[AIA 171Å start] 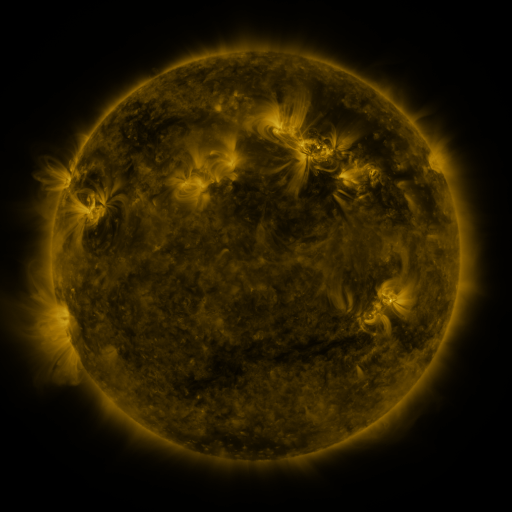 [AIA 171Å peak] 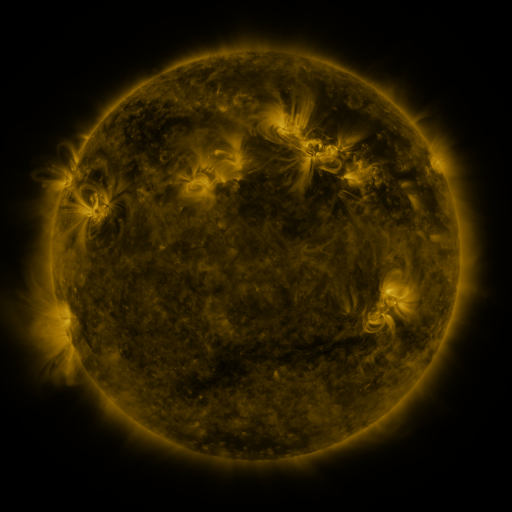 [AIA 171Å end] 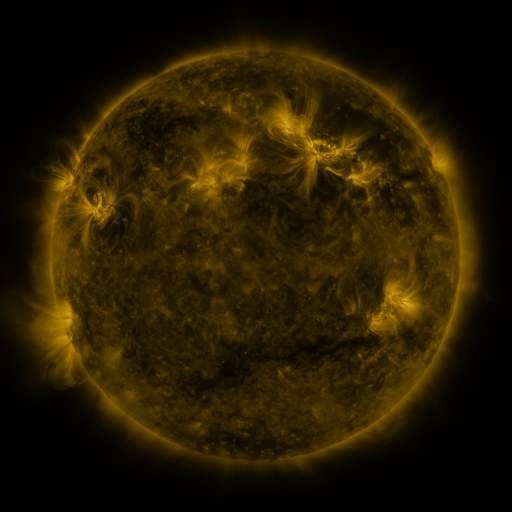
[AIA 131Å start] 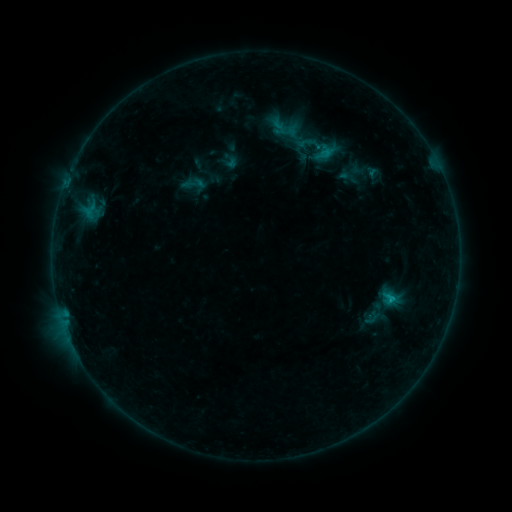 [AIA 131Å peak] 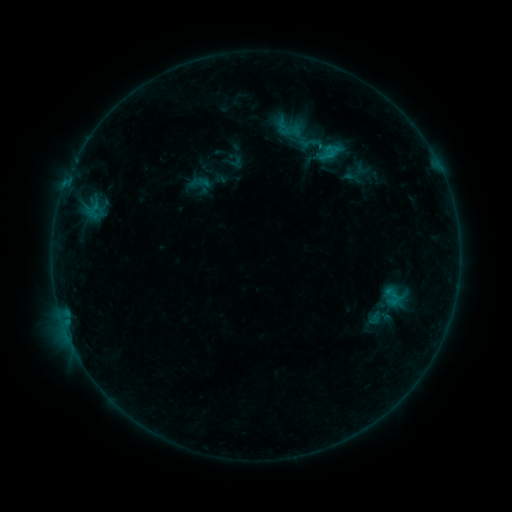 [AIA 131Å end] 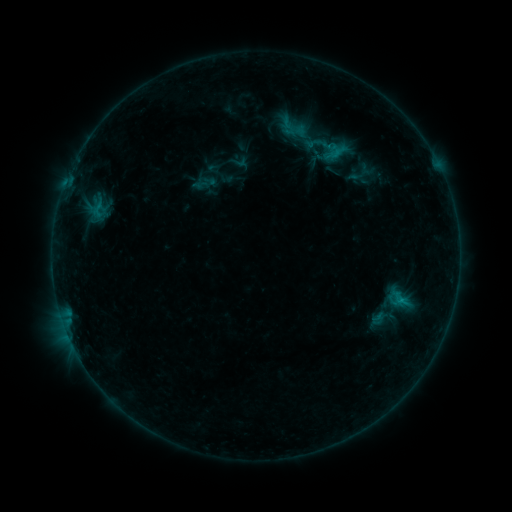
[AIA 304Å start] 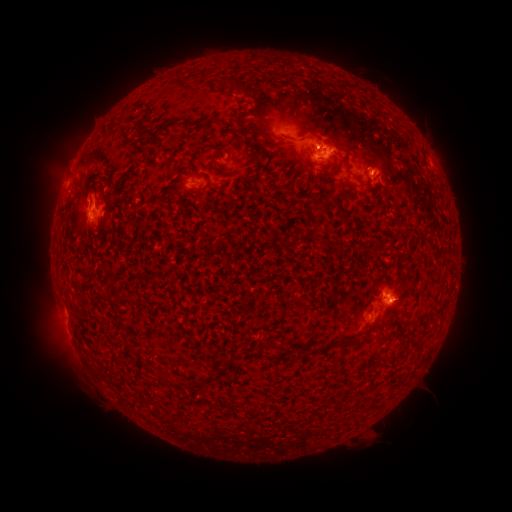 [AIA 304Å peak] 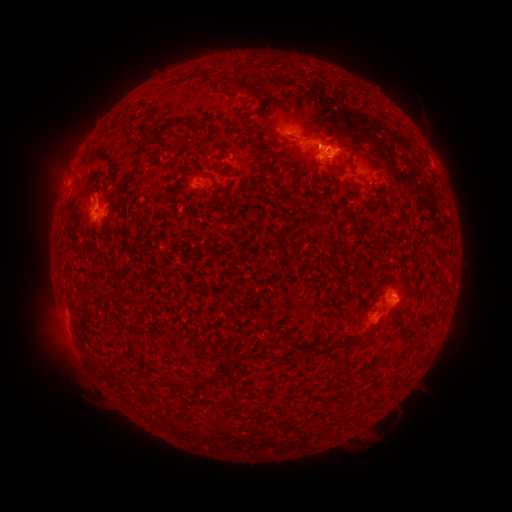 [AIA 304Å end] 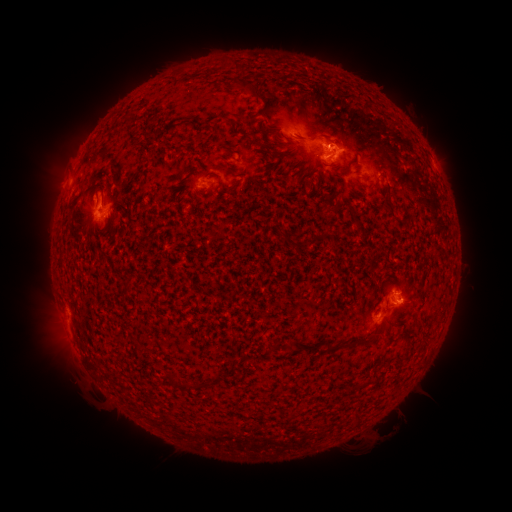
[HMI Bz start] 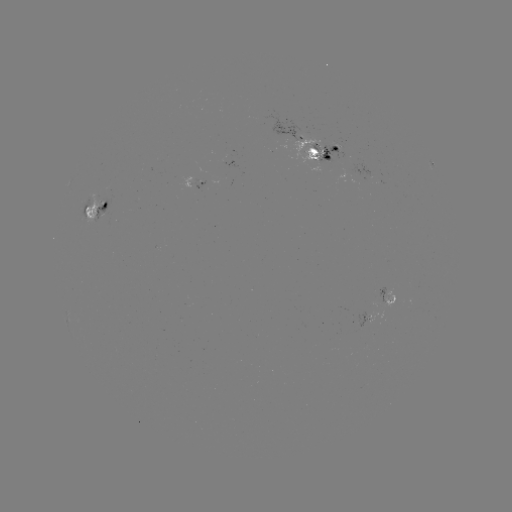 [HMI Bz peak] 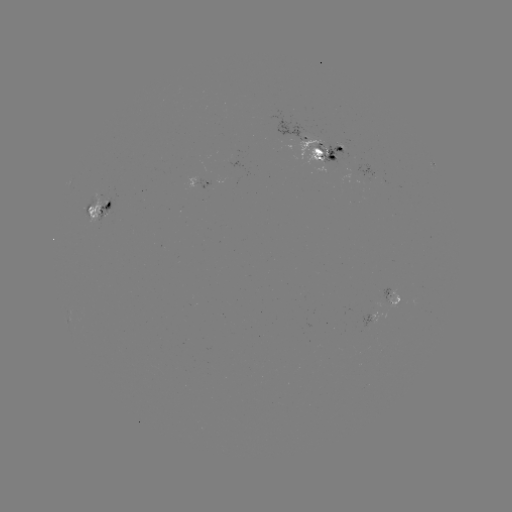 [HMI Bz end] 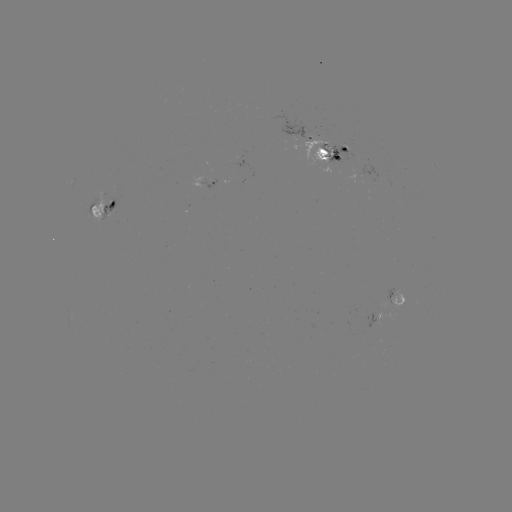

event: emerging-flux region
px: (394, 302)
